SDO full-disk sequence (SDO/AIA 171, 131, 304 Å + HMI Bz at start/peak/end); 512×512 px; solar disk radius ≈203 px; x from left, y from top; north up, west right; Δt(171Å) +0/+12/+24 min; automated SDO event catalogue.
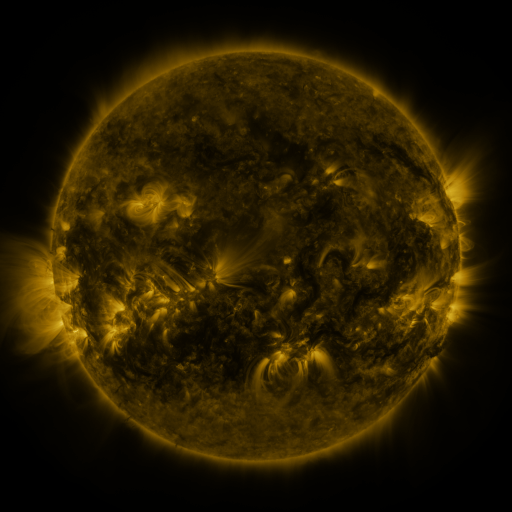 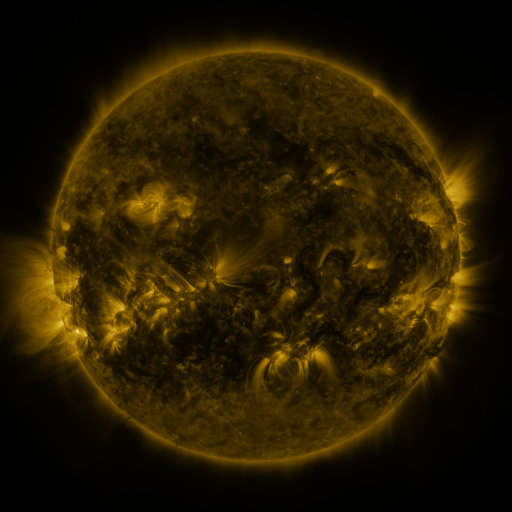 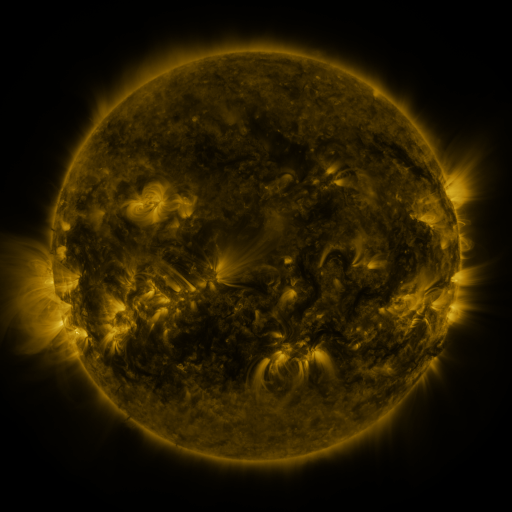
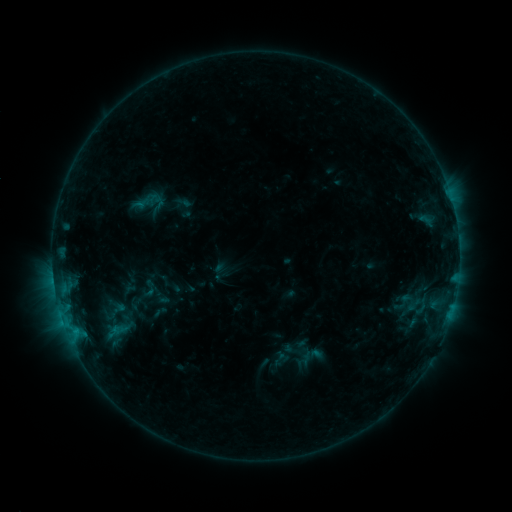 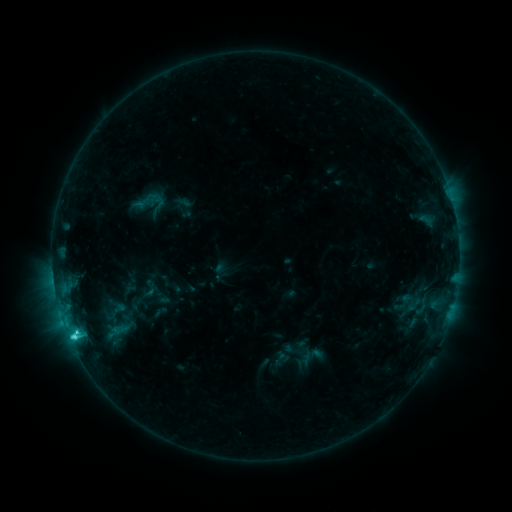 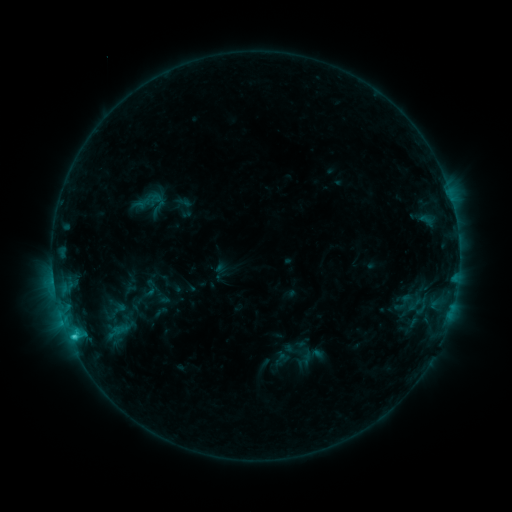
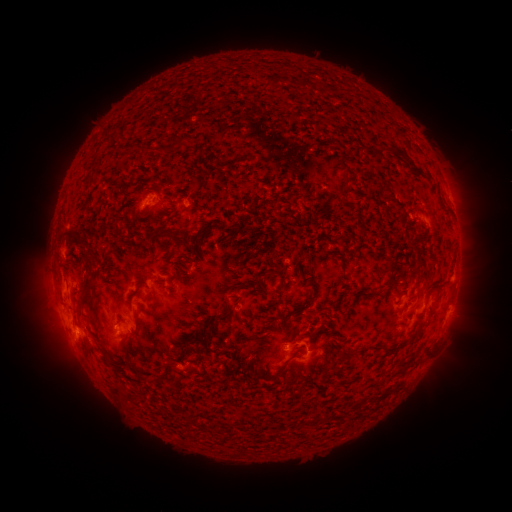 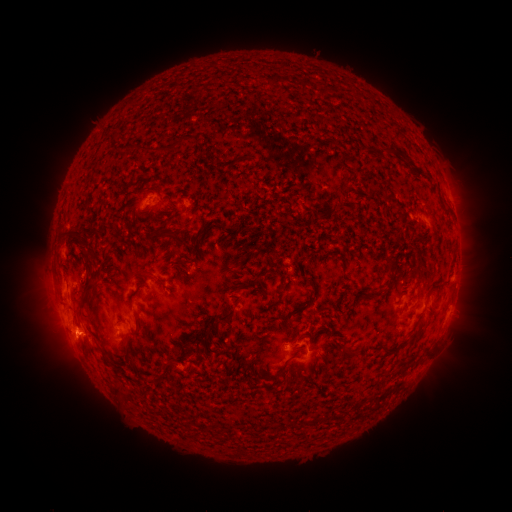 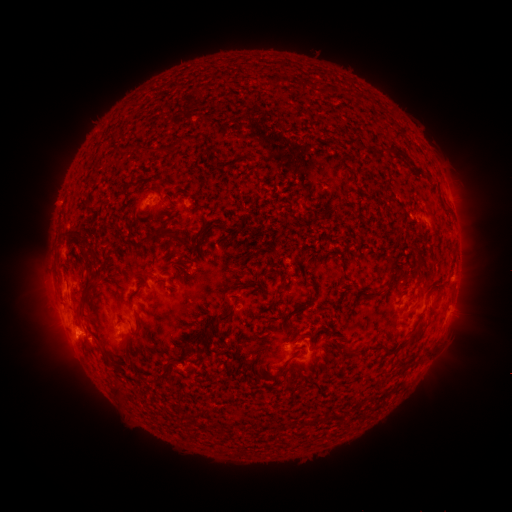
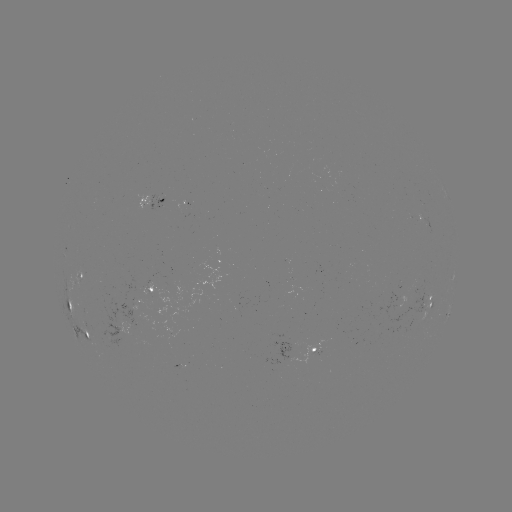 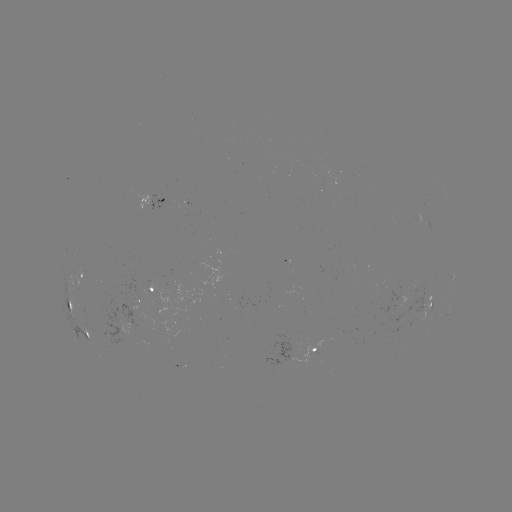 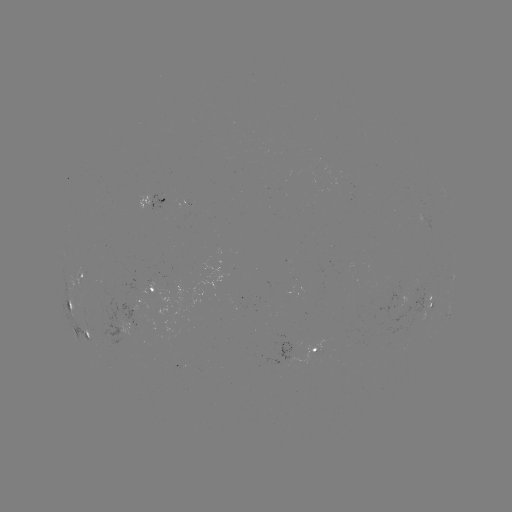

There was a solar flare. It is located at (75, 330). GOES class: C2.7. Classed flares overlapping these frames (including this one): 1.